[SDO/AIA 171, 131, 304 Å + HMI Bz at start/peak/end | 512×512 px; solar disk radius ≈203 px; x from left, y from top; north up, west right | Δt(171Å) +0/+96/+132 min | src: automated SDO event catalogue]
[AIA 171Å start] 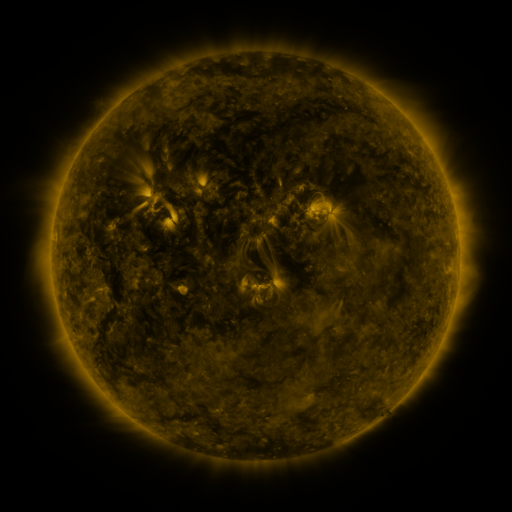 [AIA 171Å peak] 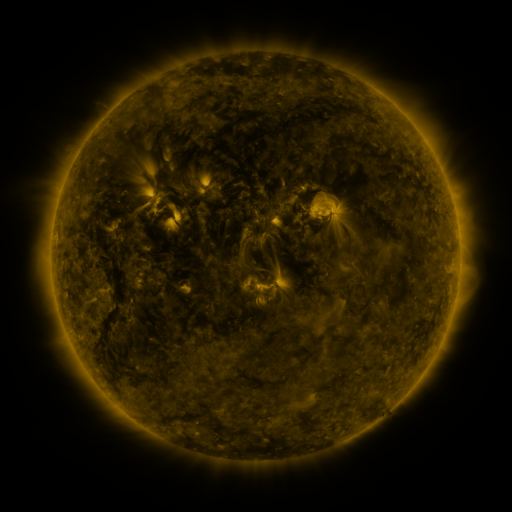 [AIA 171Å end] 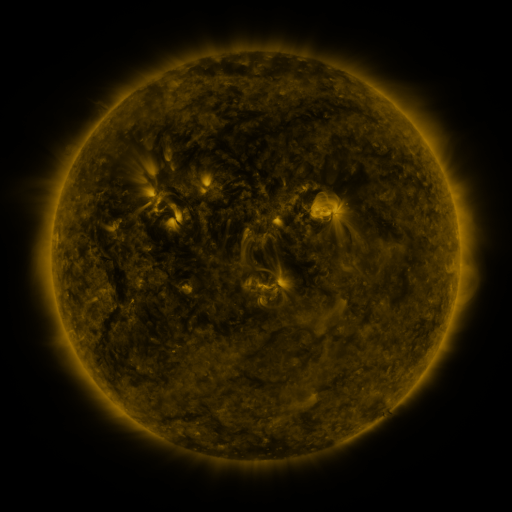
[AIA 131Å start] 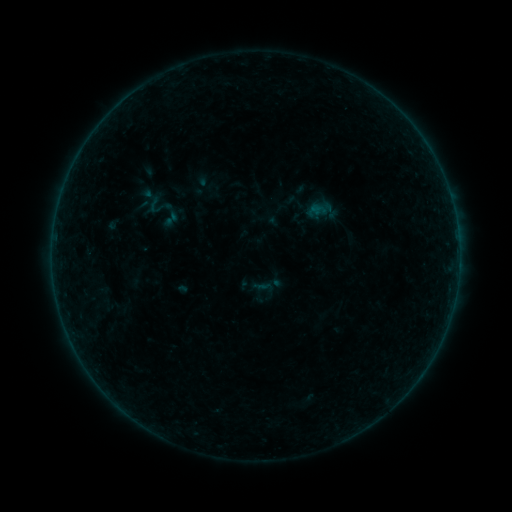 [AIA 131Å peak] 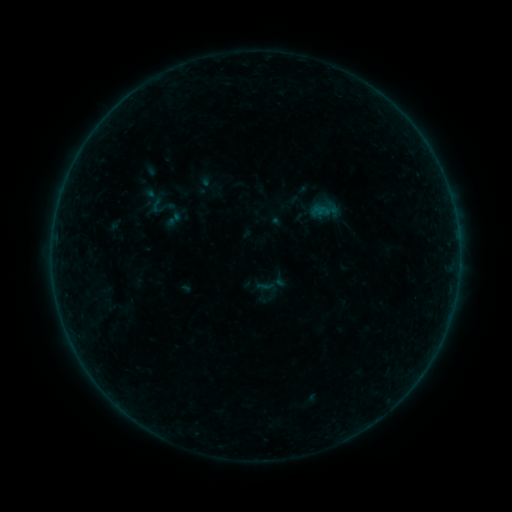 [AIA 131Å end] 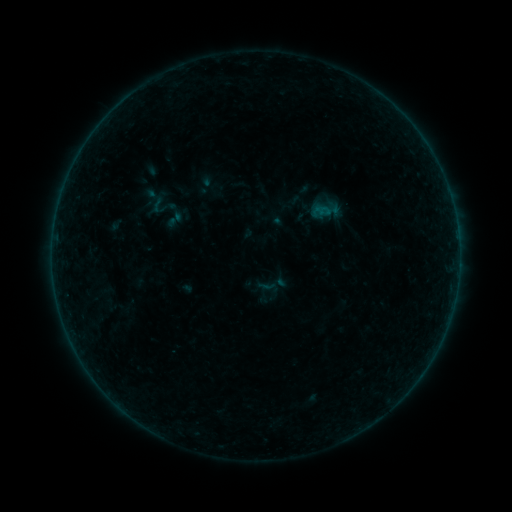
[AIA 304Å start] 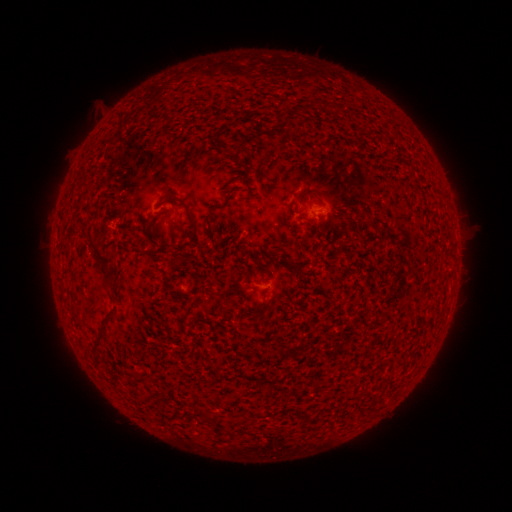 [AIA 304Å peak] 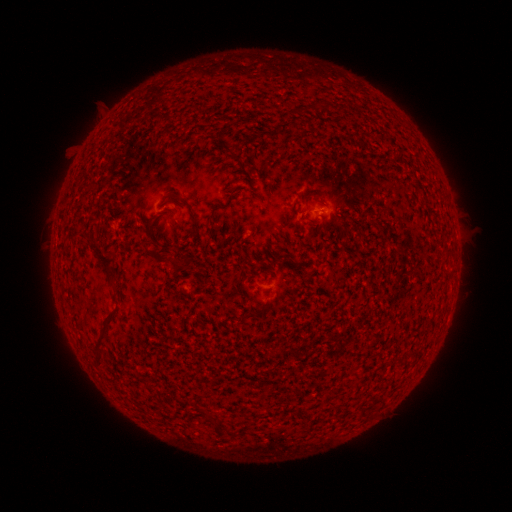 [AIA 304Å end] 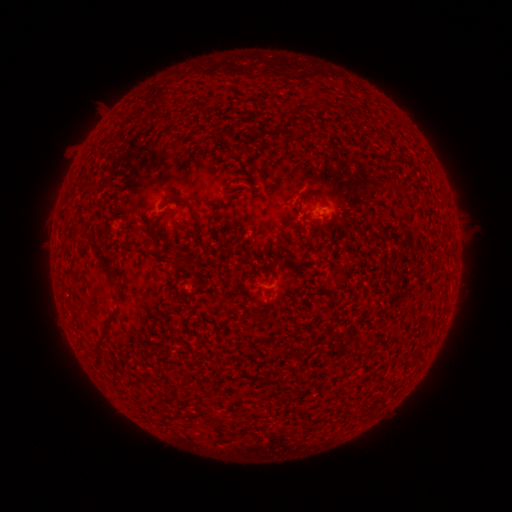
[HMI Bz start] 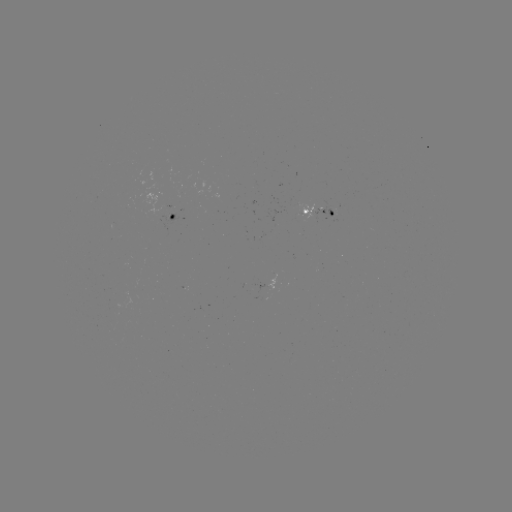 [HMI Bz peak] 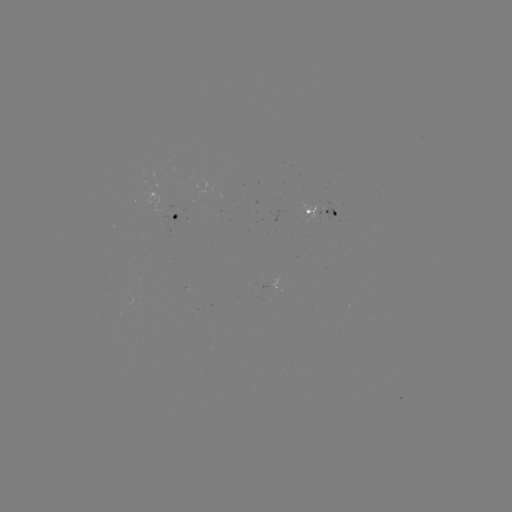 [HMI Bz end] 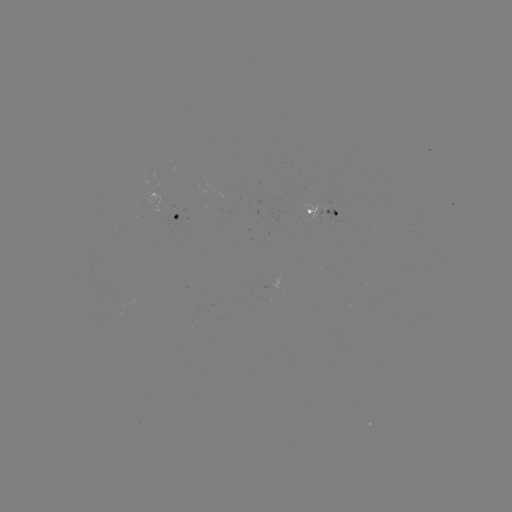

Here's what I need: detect emerging-flux region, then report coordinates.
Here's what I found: emerging-flux region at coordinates [304, 213].